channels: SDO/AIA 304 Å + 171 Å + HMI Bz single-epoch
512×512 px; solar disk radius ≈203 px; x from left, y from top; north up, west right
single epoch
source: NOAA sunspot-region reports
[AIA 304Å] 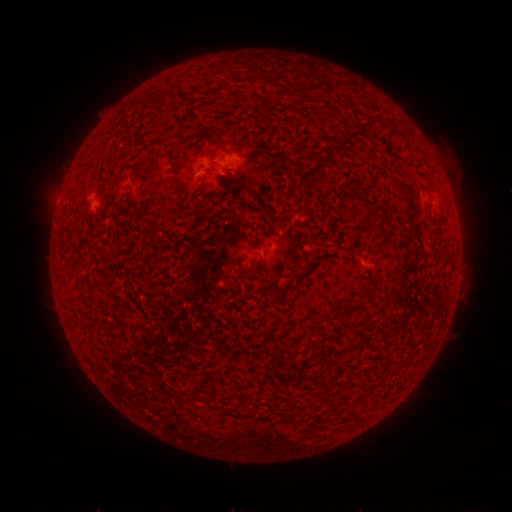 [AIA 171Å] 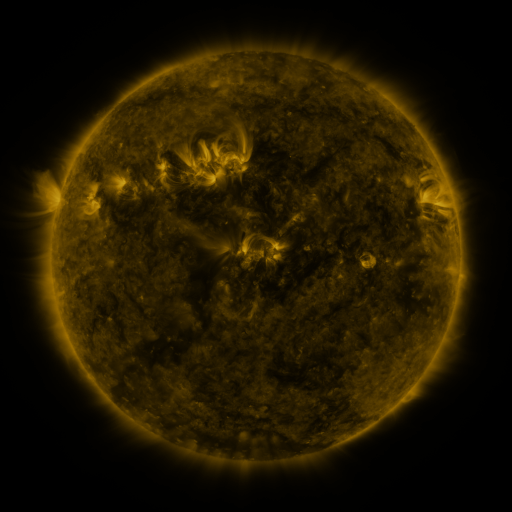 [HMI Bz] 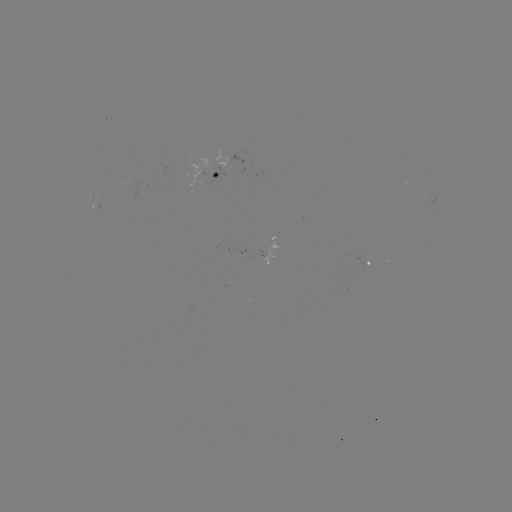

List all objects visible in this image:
spotted active region: (229, 169)
spotted active region: (368, 266)
